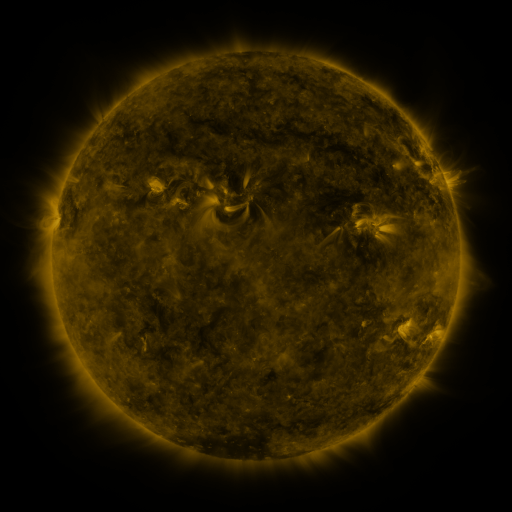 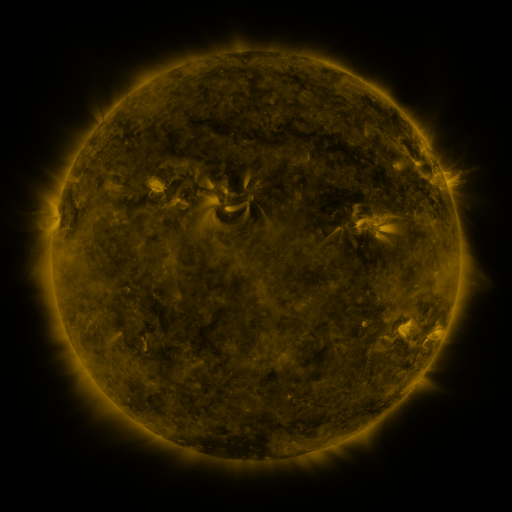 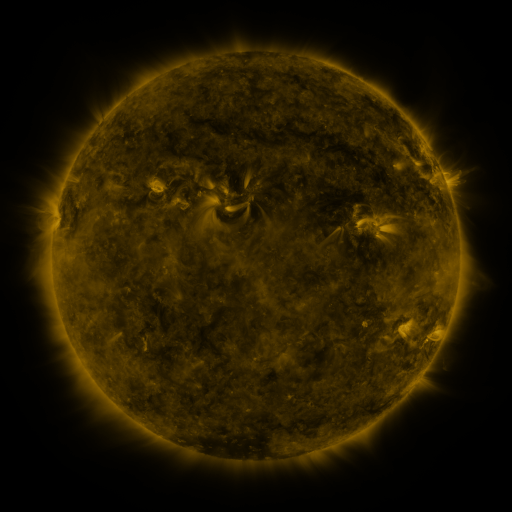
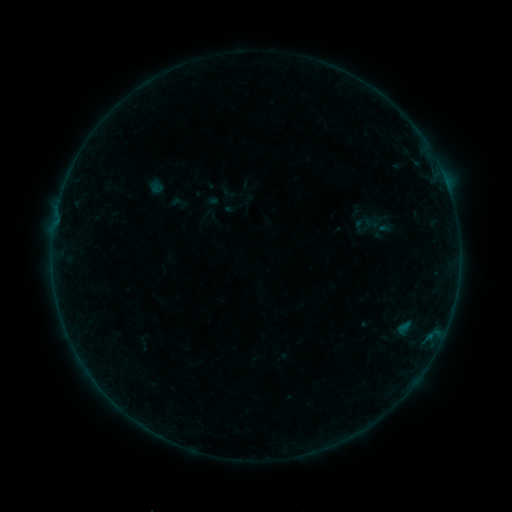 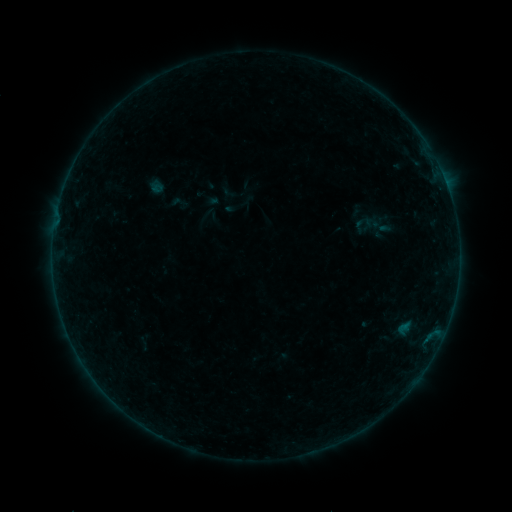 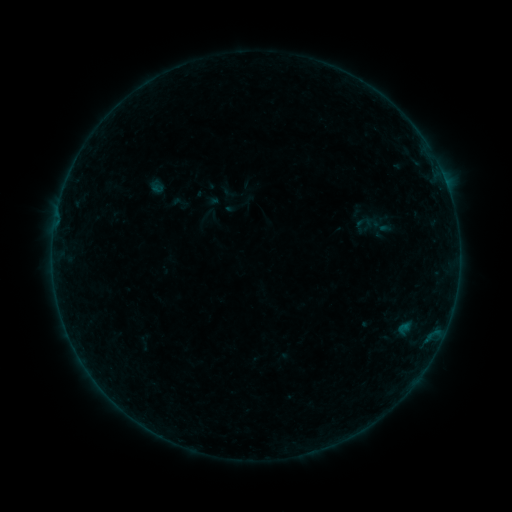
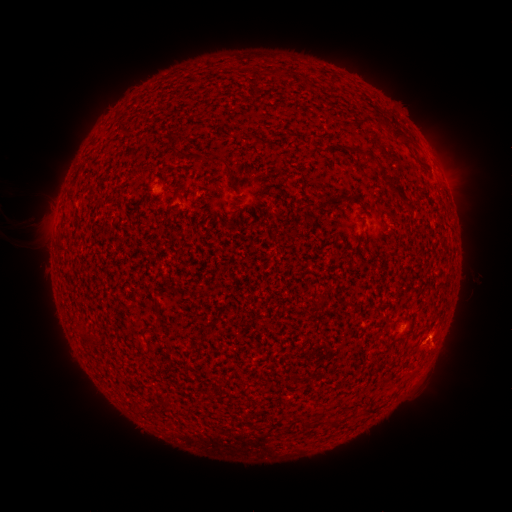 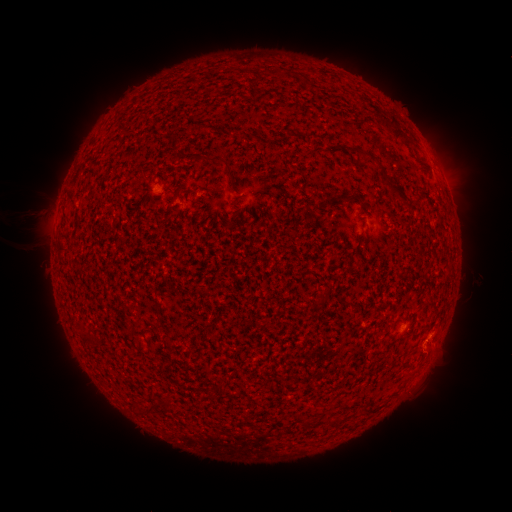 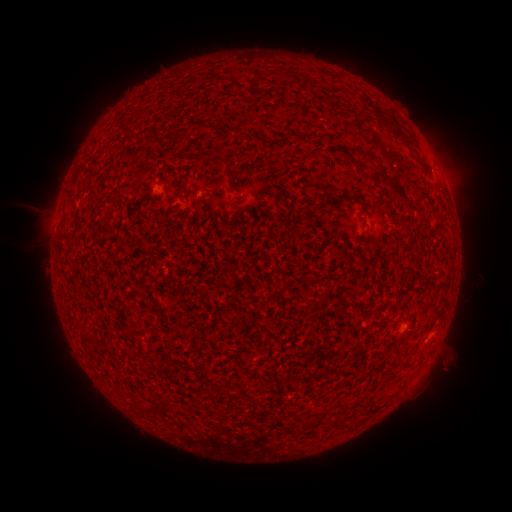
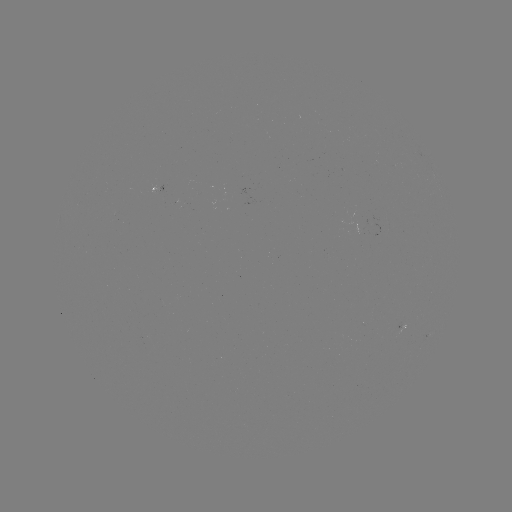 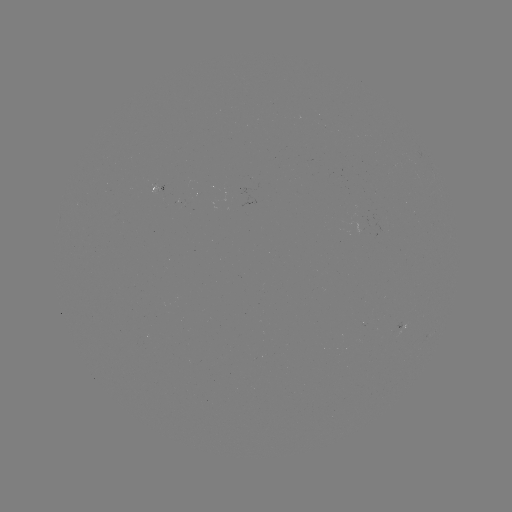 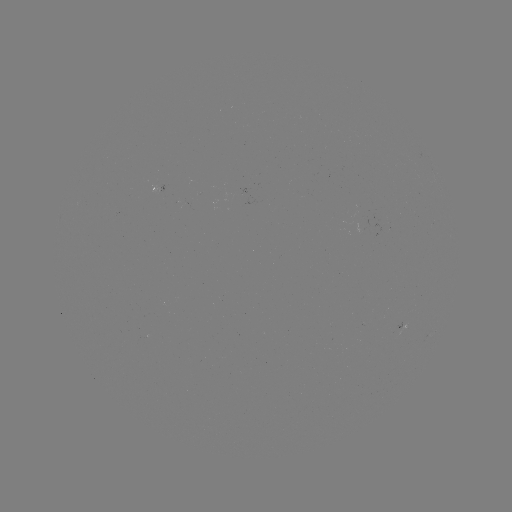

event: eruption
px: (31, 221)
